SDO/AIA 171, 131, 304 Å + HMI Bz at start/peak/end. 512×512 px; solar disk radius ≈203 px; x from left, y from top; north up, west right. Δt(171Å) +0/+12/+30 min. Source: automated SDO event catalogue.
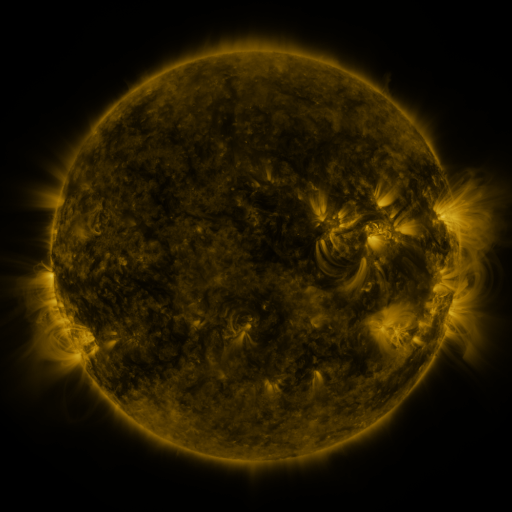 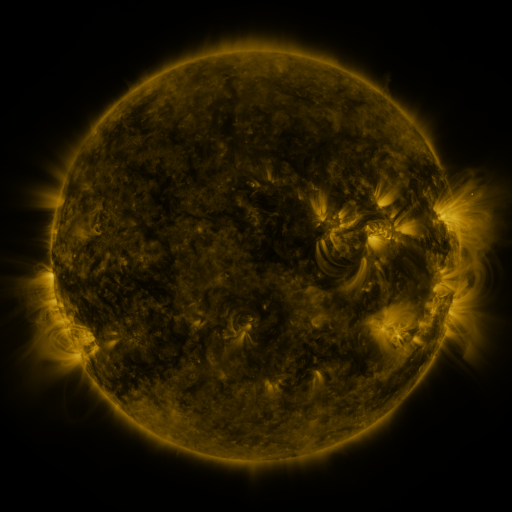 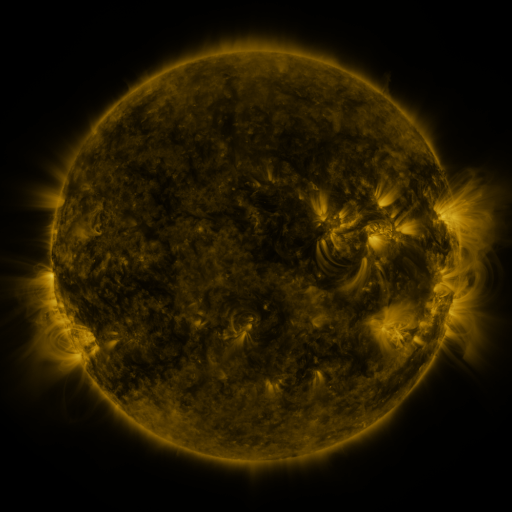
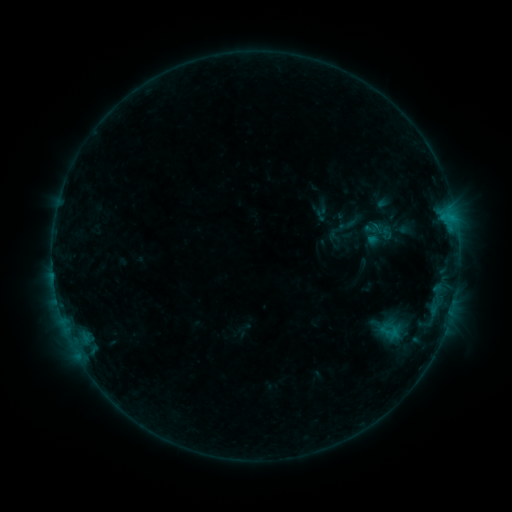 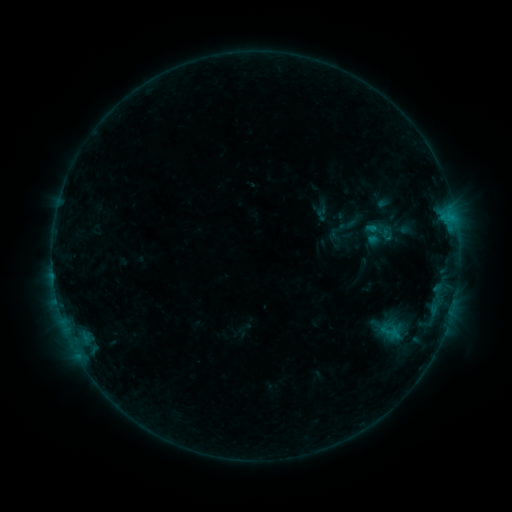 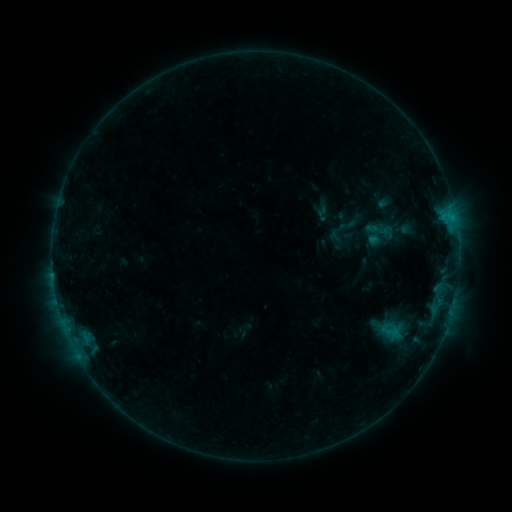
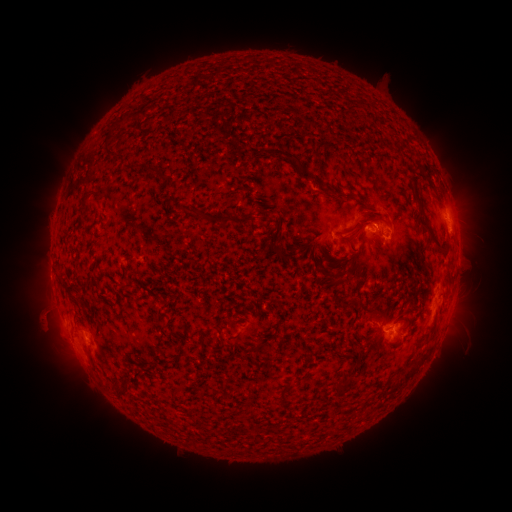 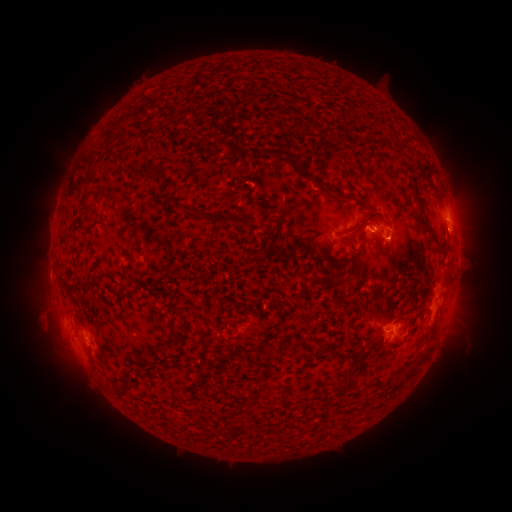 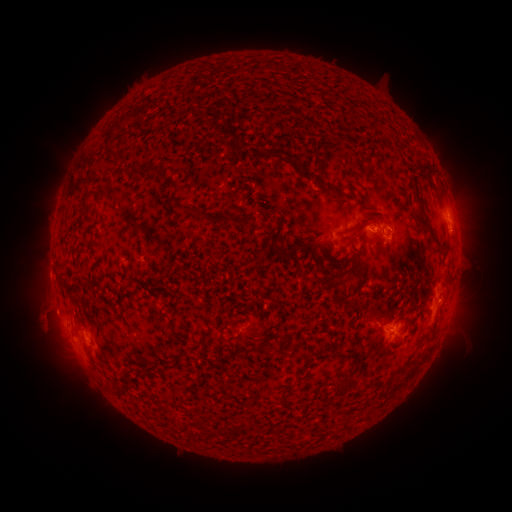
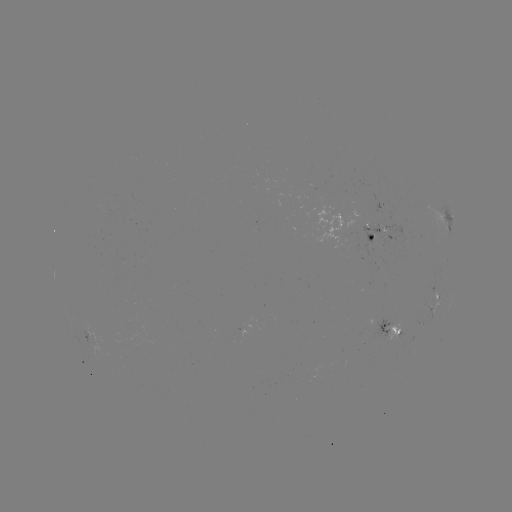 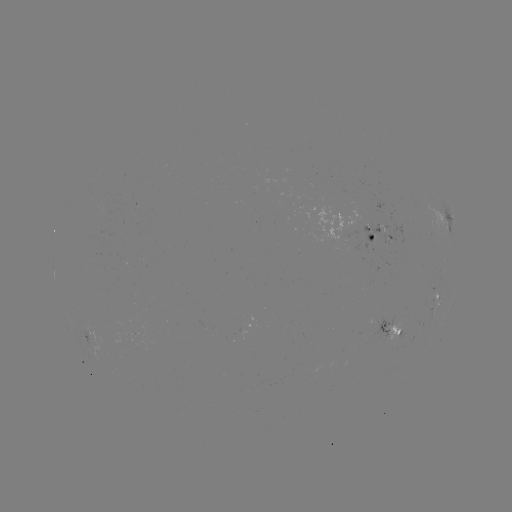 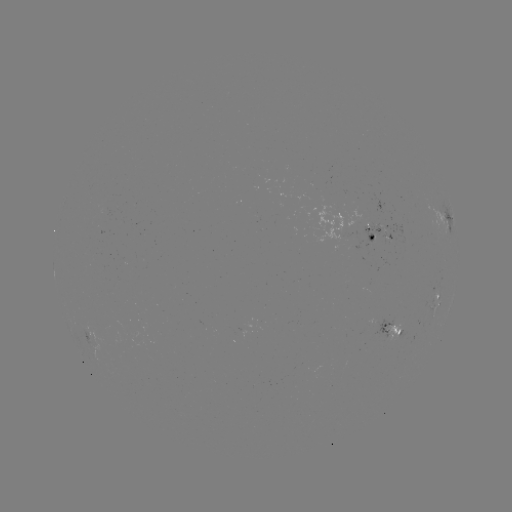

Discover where B5.7 flare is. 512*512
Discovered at [372, 230].